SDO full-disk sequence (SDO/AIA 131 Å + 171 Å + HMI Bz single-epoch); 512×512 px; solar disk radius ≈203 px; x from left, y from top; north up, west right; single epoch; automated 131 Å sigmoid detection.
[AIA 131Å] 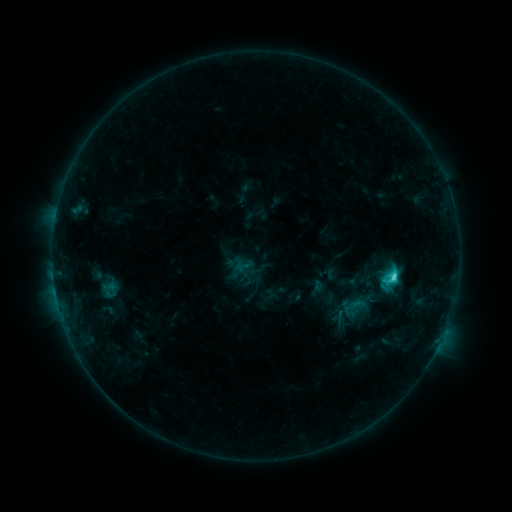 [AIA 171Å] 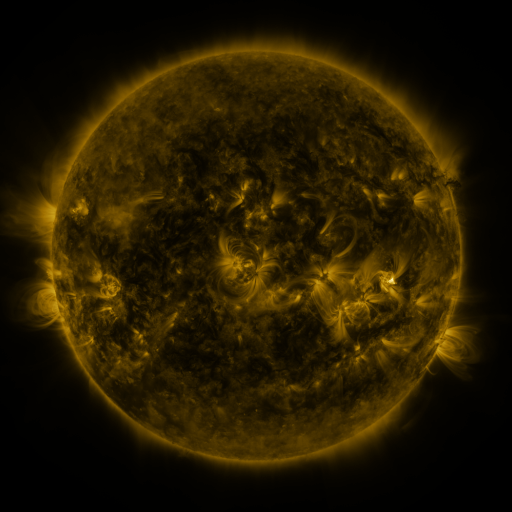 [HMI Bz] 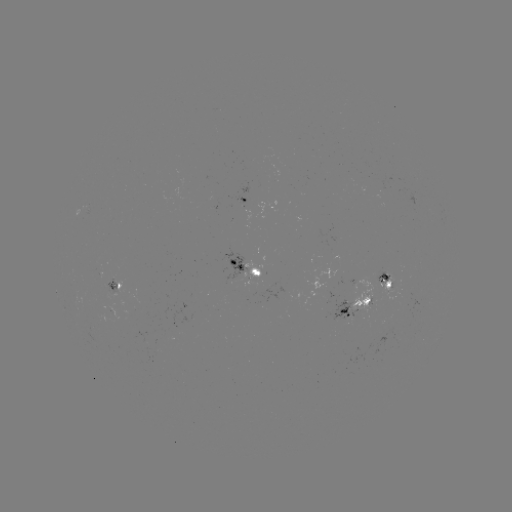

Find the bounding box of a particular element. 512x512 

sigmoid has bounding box [380, 267, 400, 290].